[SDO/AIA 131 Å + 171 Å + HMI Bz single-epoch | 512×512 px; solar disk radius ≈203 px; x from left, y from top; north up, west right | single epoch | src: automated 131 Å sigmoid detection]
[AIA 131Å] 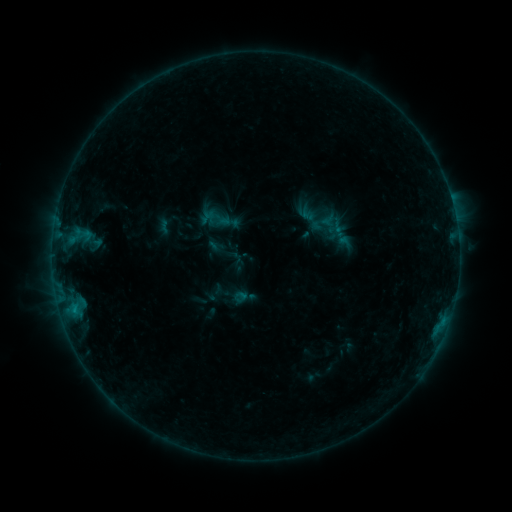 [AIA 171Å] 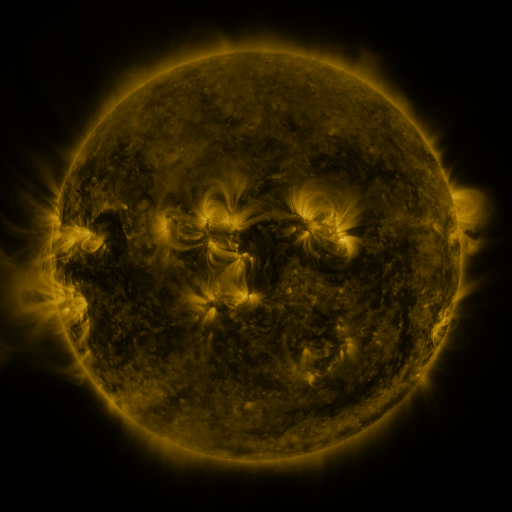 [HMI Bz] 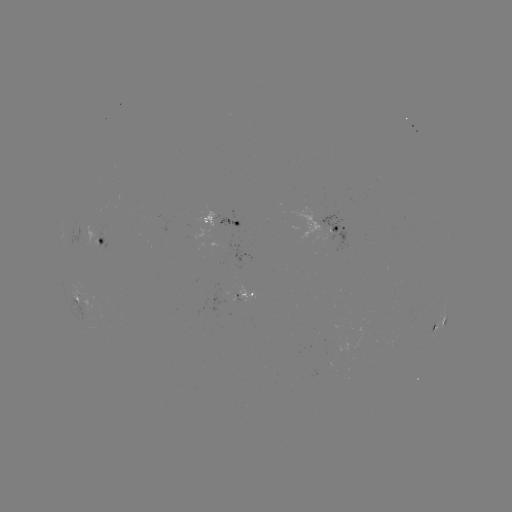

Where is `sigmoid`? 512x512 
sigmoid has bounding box [310, 213, 334, 233].